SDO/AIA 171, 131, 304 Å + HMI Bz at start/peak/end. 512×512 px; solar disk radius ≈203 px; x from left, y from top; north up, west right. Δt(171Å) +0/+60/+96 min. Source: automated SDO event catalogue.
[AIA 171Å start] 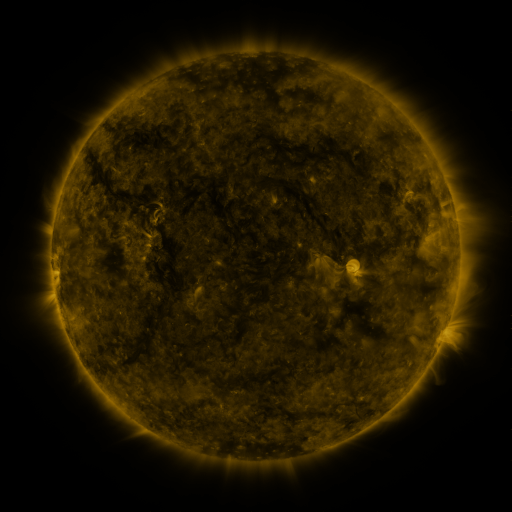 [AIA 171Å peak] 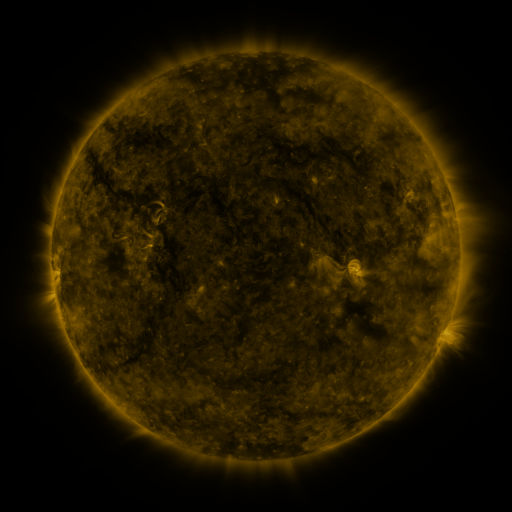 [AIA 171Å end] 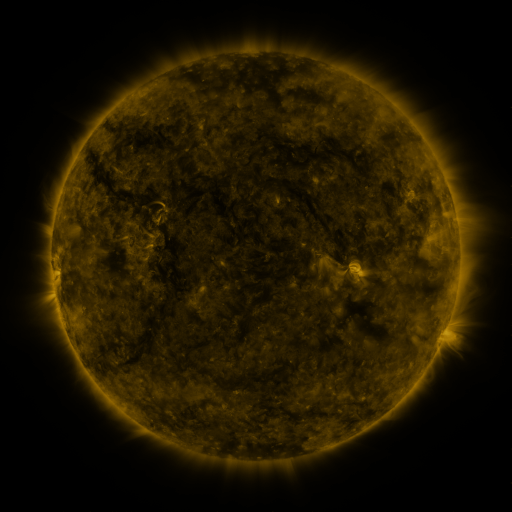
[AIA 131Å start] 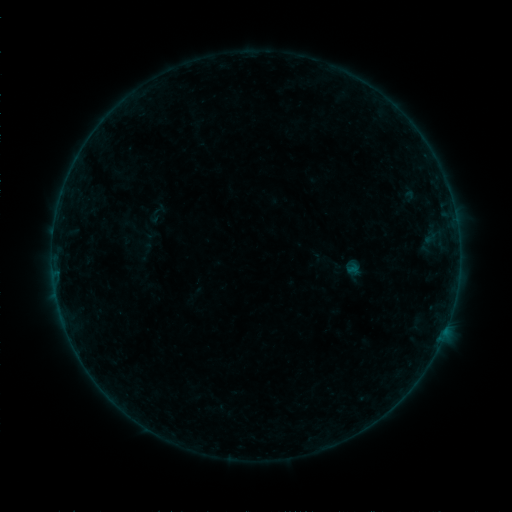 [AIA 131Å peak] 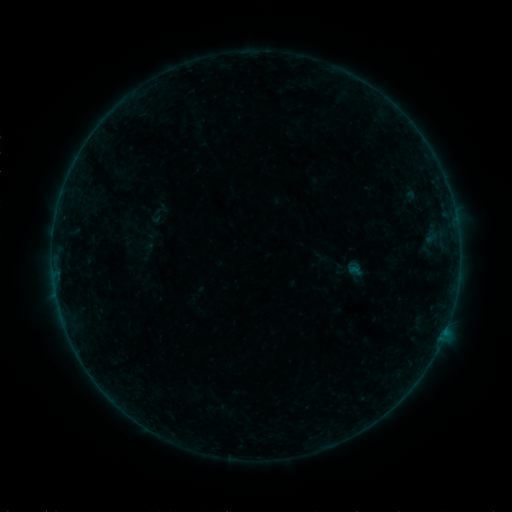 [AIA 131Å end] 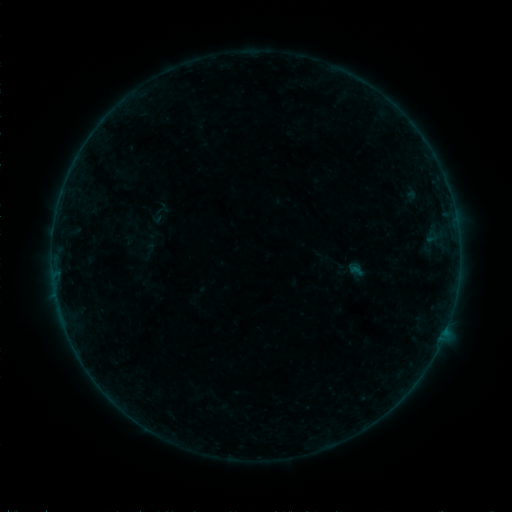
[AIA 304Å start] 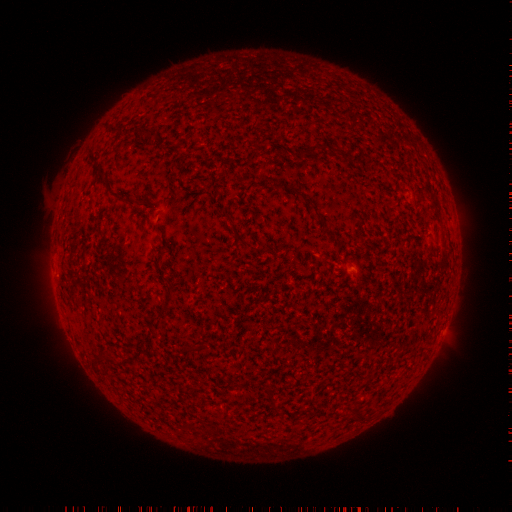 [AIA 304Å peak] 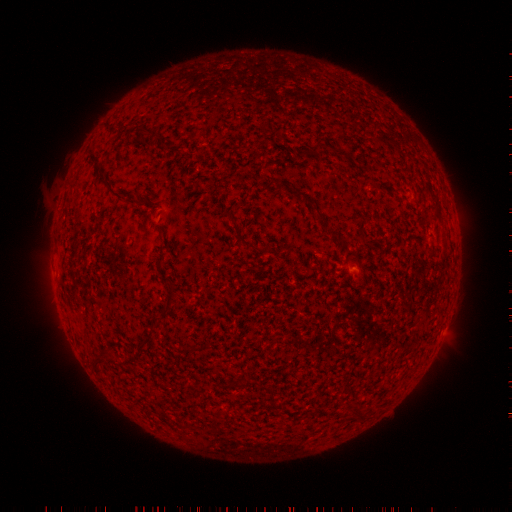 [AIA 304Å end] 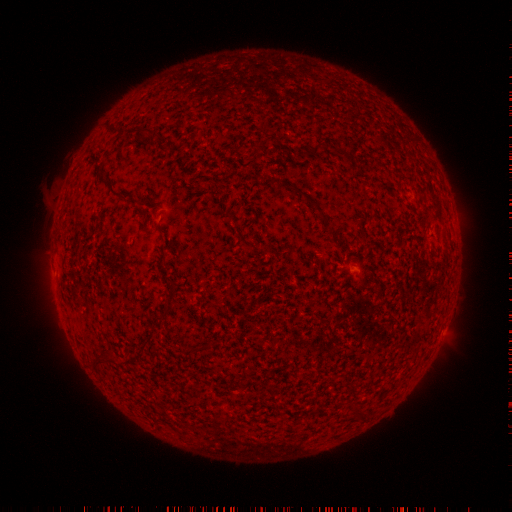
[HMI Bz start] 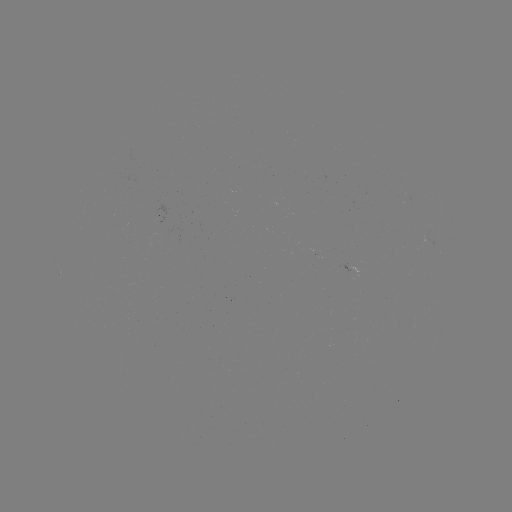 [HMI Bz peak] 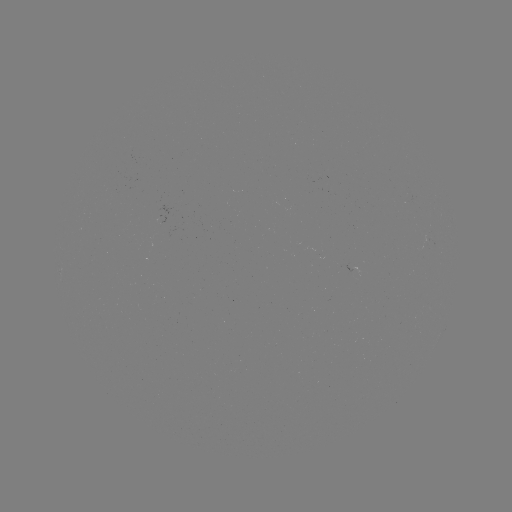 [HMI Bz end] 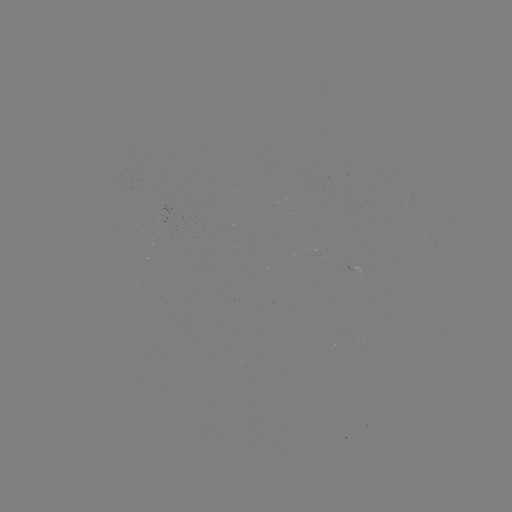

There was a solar emerging-flux region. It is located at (425, 243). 